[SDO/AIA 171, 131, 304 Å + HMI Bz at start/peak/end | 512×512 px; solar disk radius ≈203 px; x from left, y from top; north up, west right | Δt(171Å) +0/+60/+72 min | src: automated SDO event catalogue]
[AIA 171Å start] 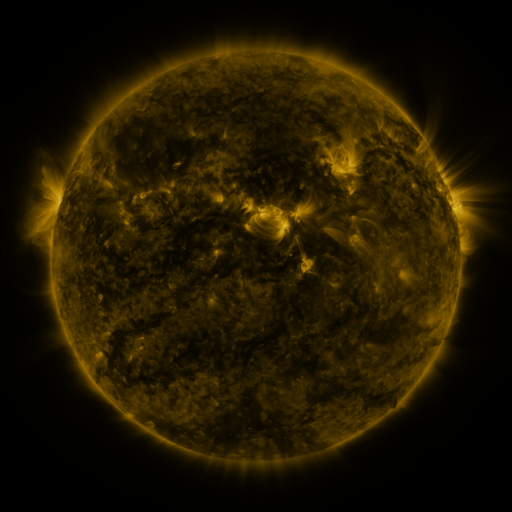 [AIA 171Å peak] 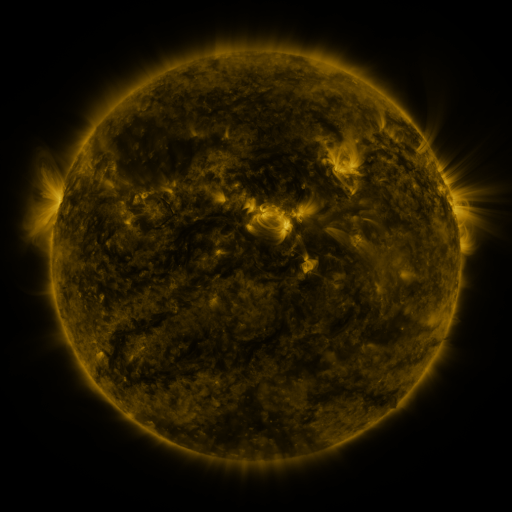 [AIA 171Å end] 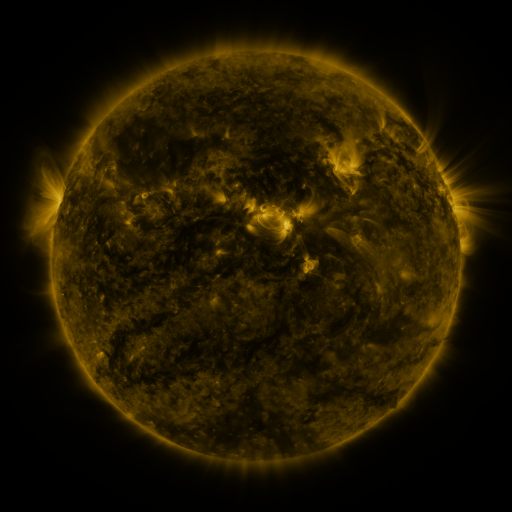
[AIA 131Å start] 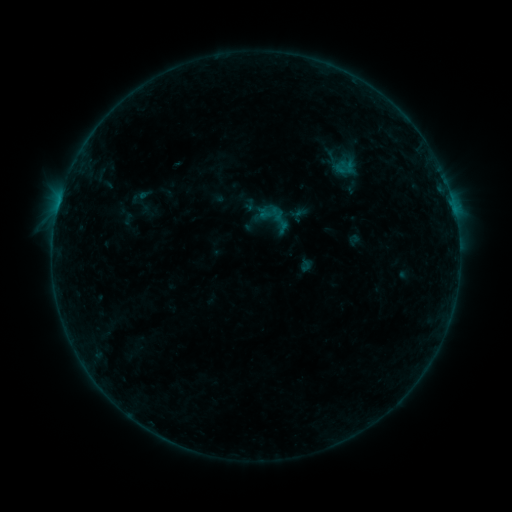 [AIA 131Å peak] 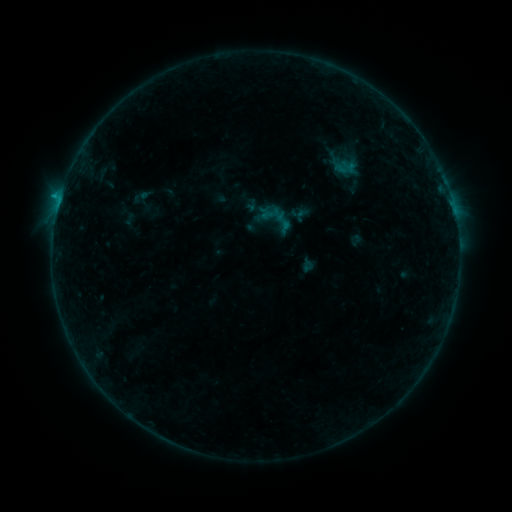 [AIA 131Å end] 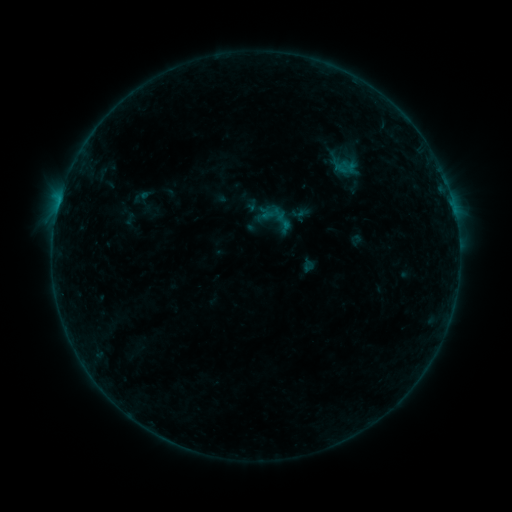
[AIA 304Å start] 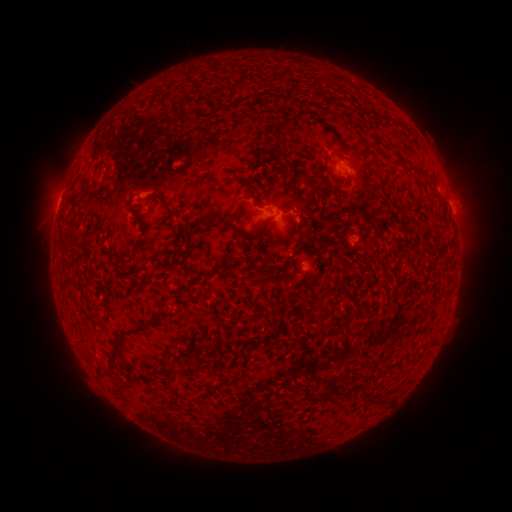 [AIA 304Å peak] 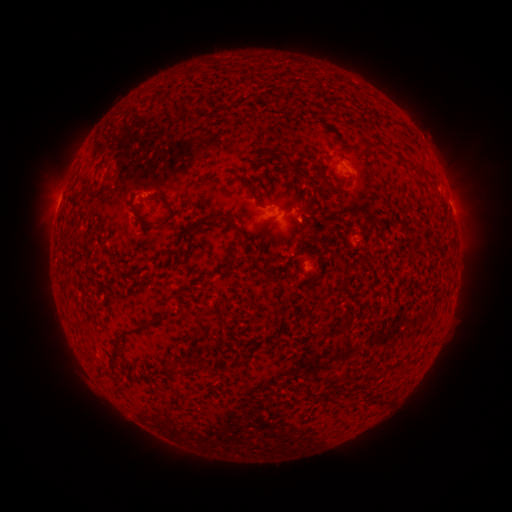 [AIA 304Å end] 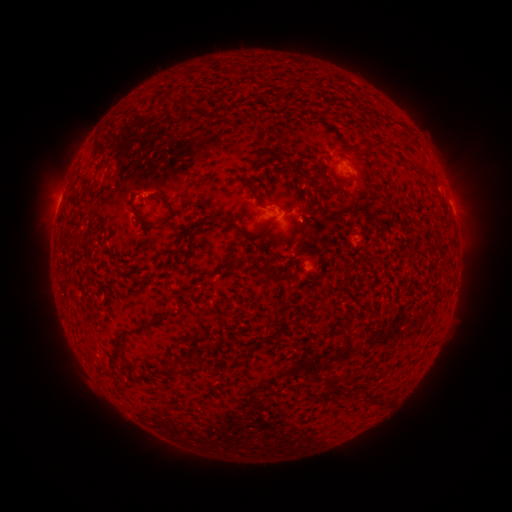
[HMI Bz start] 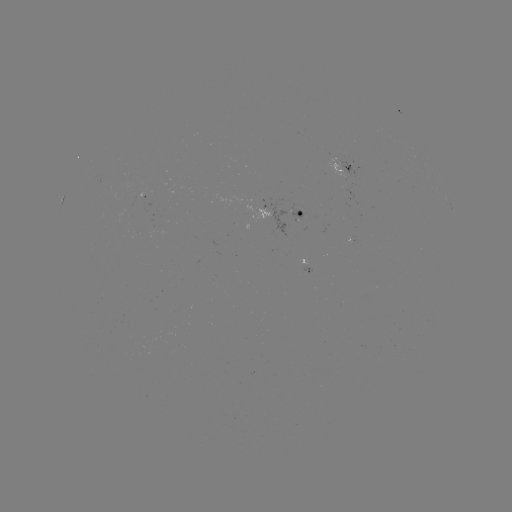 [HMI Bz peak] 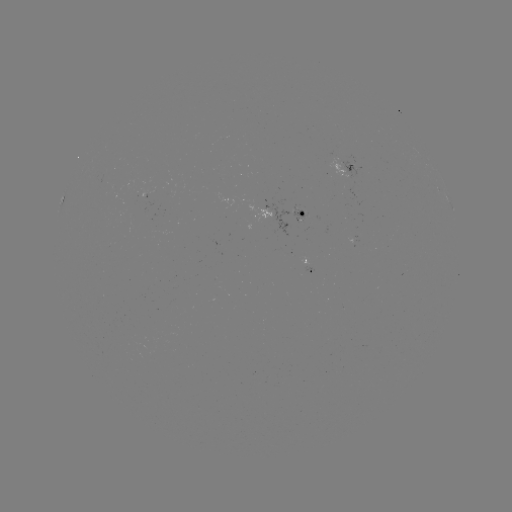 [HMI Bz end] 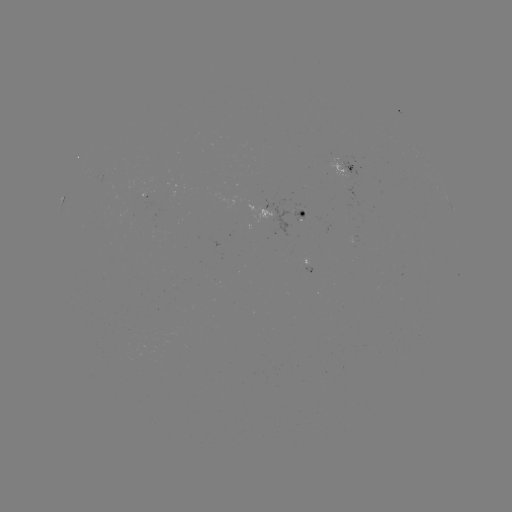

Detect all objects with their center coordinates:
emerging-flux region: (139, 198)
